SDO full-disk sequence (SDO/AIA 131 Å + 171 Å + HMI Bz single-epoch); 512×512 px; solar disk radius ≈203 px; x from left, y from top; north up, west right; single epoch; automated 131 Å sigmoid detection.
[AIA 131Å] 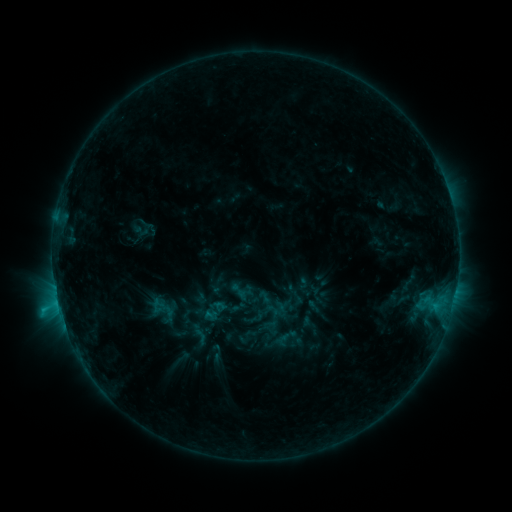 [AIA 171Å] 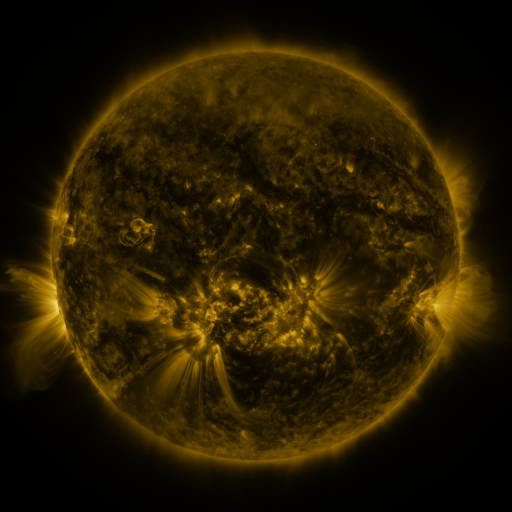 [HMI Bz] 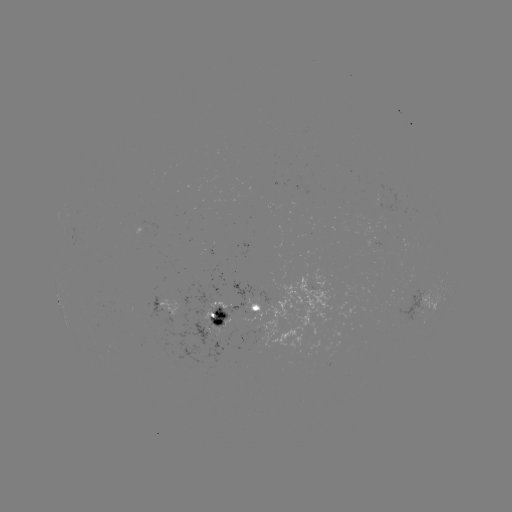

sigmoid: (228, 281, 248, 301)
